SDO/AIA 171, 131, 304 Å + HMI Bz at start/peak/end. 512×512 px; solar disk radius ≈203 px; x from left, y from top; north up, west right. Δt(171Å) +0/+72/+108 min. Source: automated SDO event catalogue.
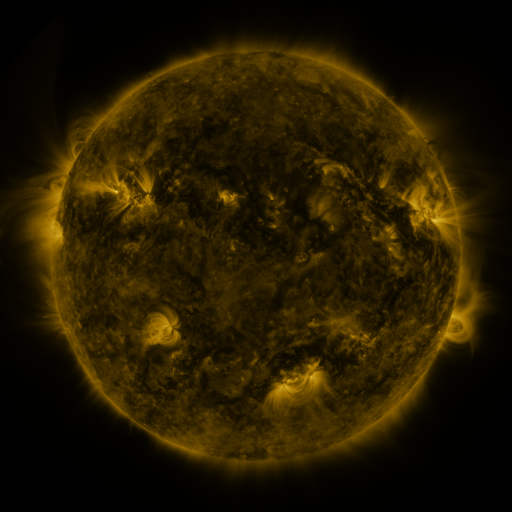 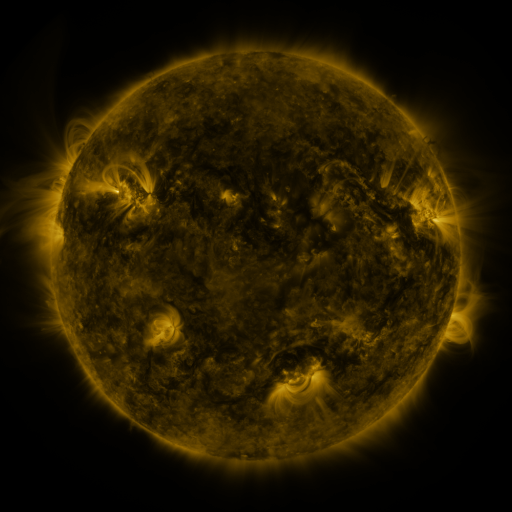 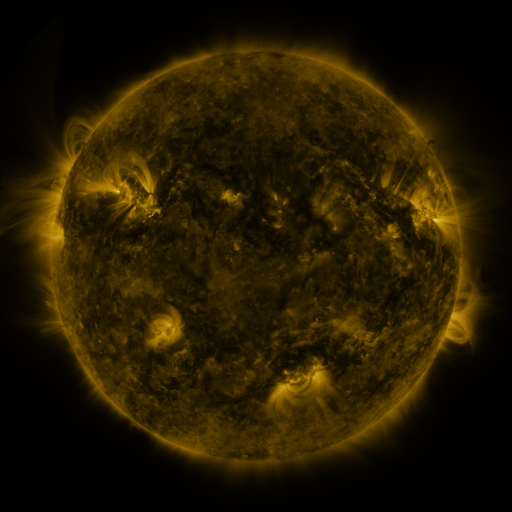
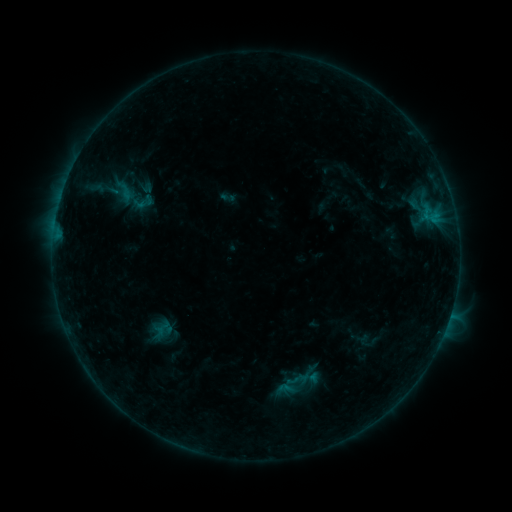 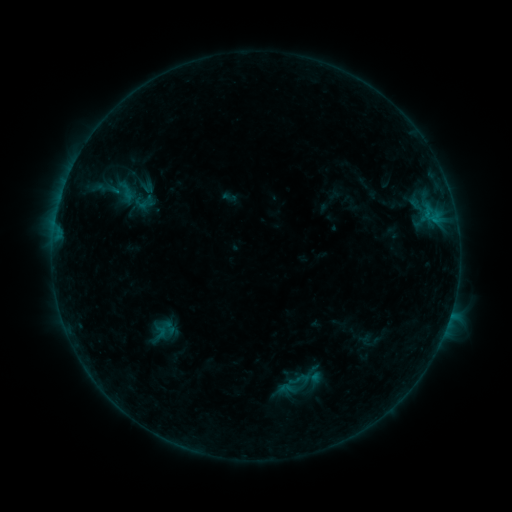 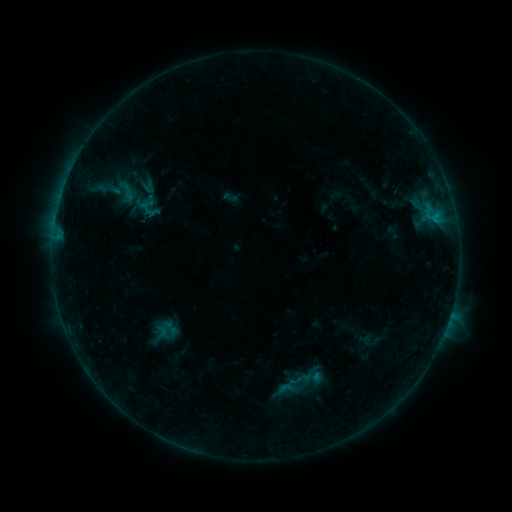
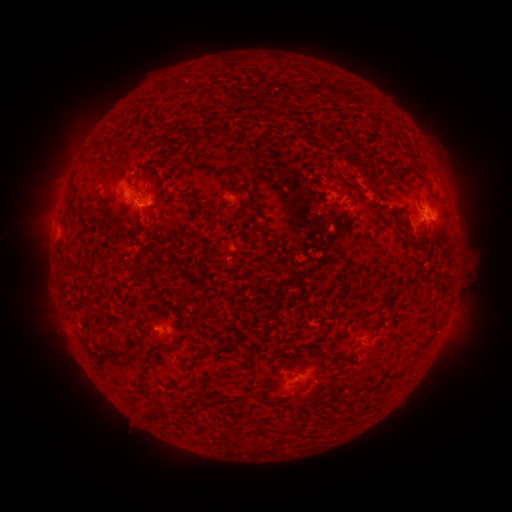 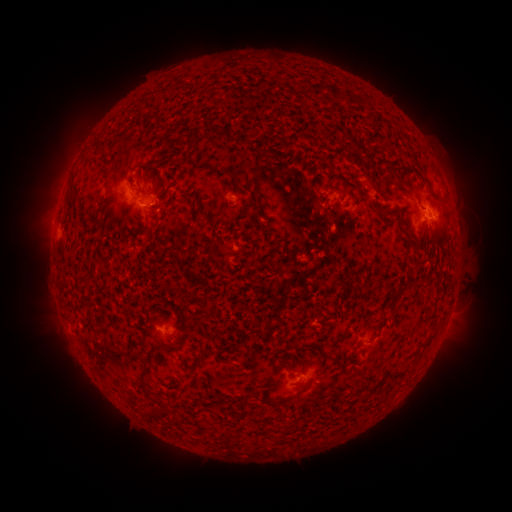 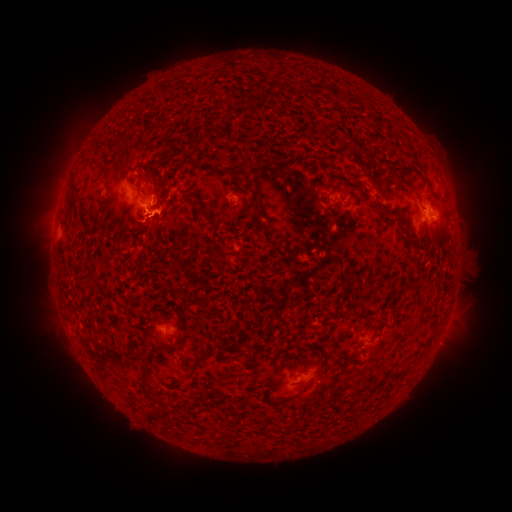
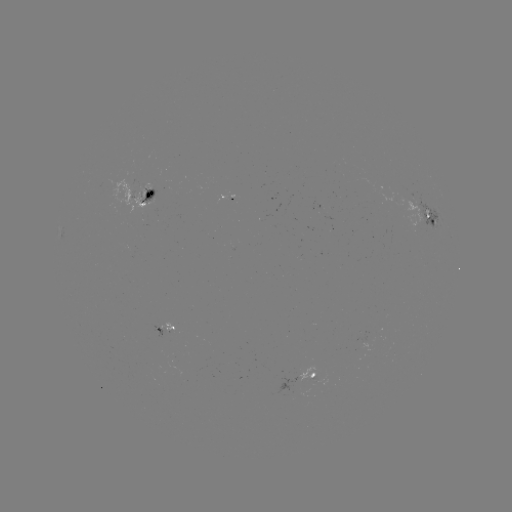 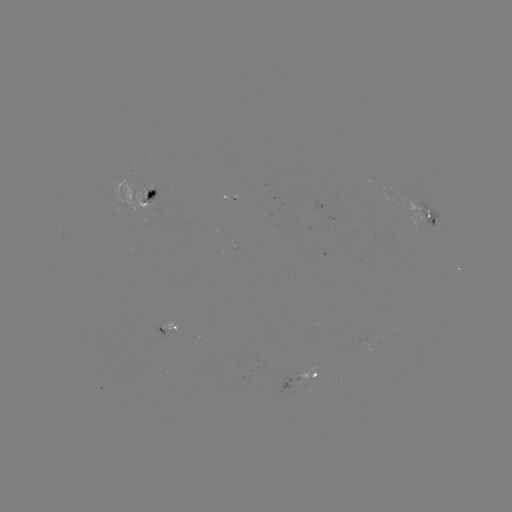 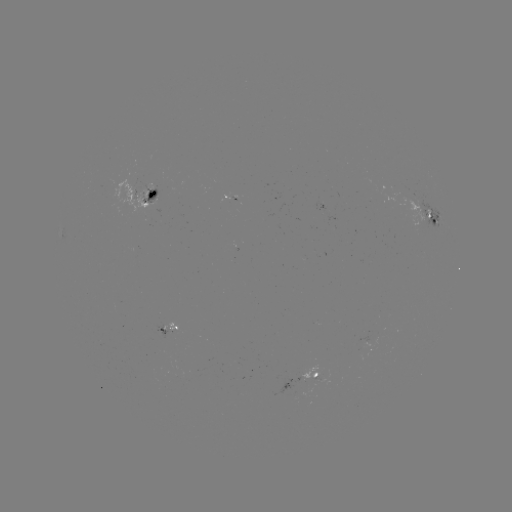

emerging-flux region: (126, 245, 136, 254)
